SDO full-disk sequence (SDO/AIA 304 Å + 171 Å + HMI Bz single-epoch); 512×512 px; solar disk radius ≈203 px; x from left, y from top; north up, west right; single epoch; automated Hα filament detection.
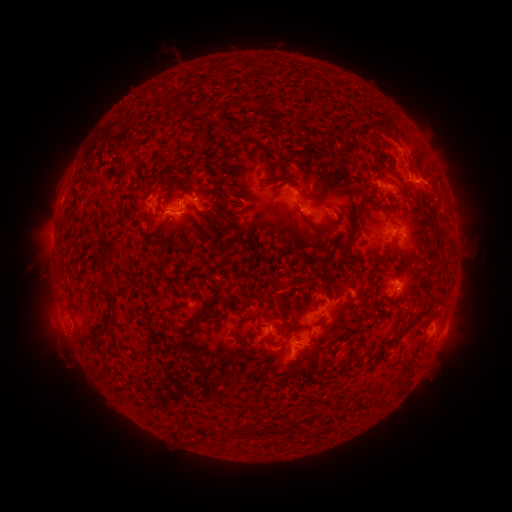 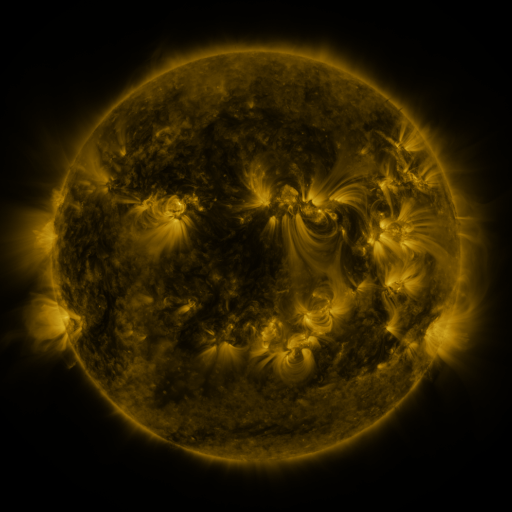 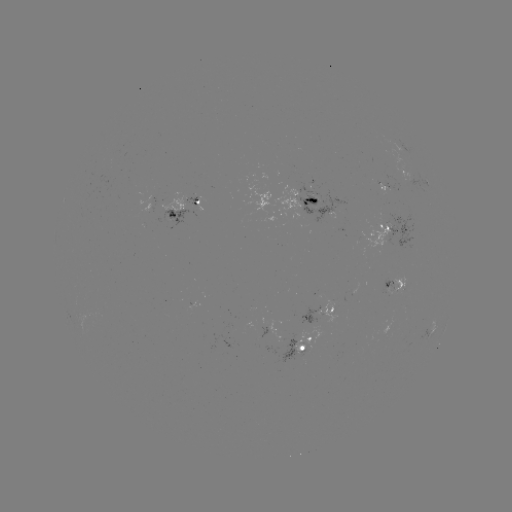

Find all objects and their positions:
filament: <bbox>287, 148, 314, 165</bbox>
filament: <bbox>268, 177, 288, 186</bbox>
filament: <bbox>195, 184, 209, 193</bbox>
filament: <bbox>288, 222, 294, 234</bbox>
filament: <bbox>221, 224, 234, 232</bbox>
filament: <bbox>100, 252, 111, 264</bbox>
filament: <bbox>107, 306, 119, 323</bbox>
filament: <bbox>169, 312, 205, 332</bbox>
filament: <bbox>397, 312, 426, 340</bbox>
filament: <bbox>232, 319, 242, 331</bbox>
filament: <bbox>265, 336, 283, 346</bbox>
filament: <bbox>348, 349, 357, 359</bbox>
filament: <bbox>225, 425, 235, 433</bbox>
